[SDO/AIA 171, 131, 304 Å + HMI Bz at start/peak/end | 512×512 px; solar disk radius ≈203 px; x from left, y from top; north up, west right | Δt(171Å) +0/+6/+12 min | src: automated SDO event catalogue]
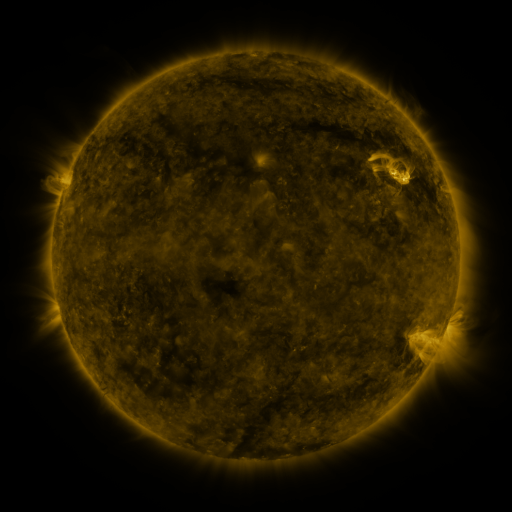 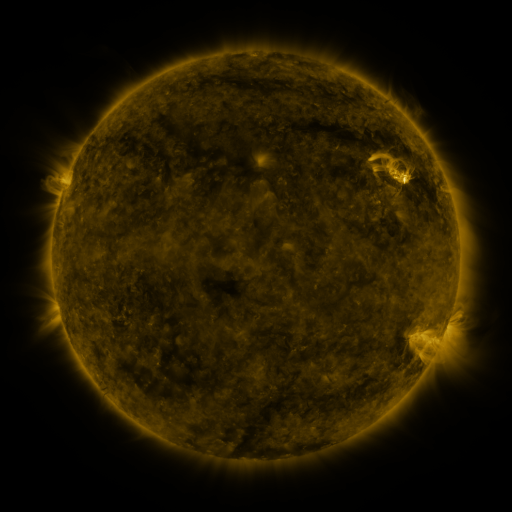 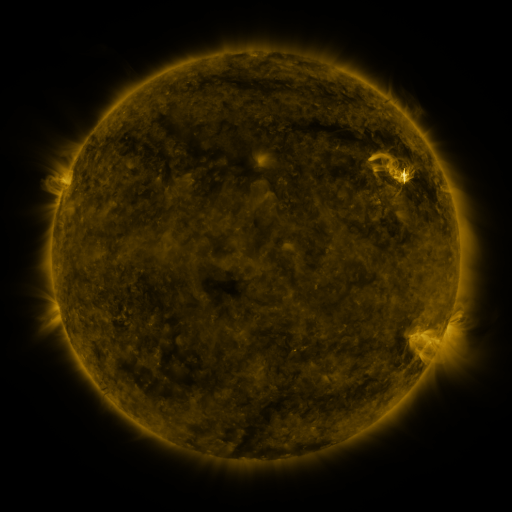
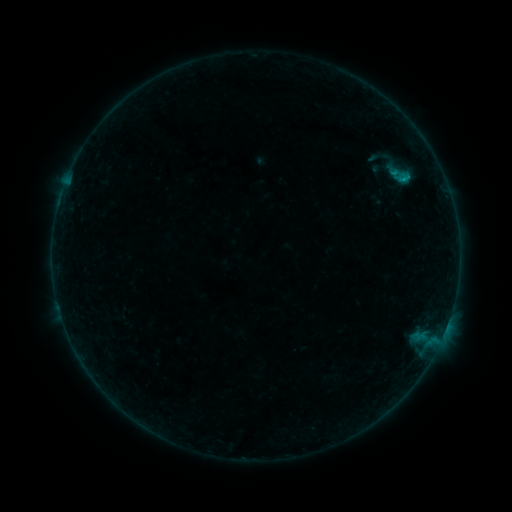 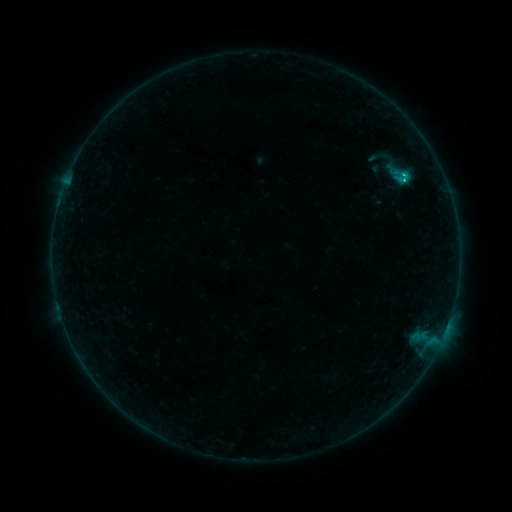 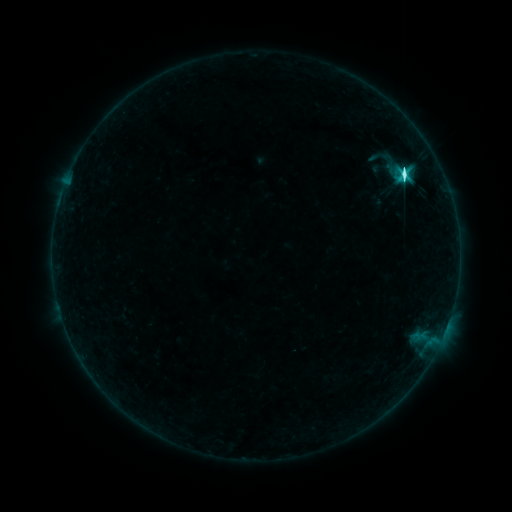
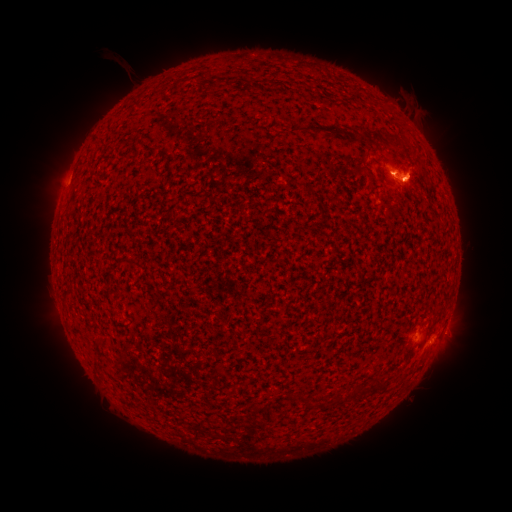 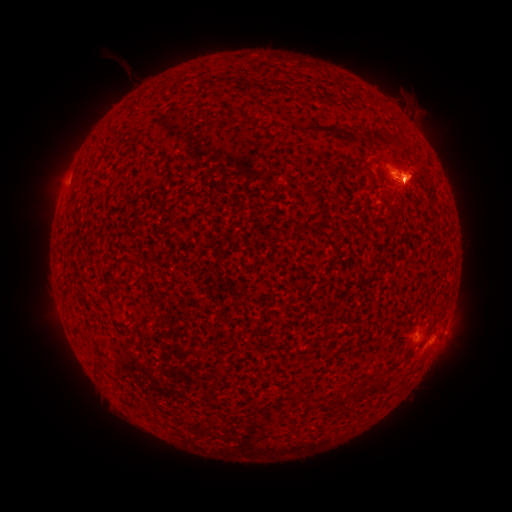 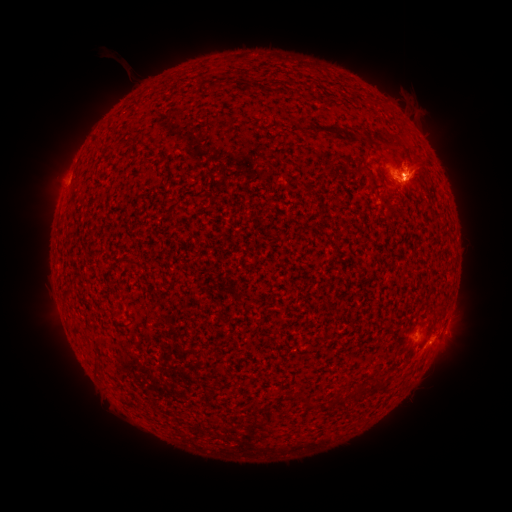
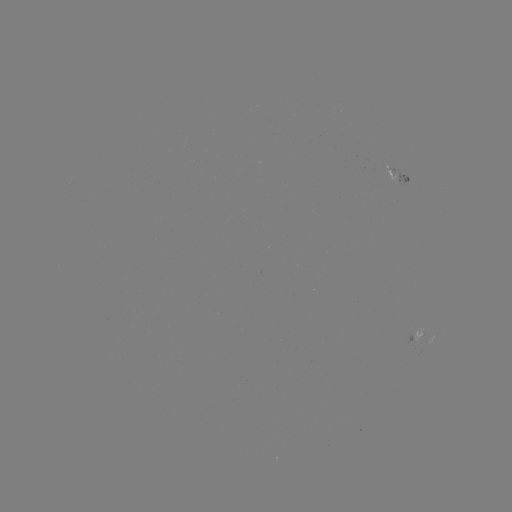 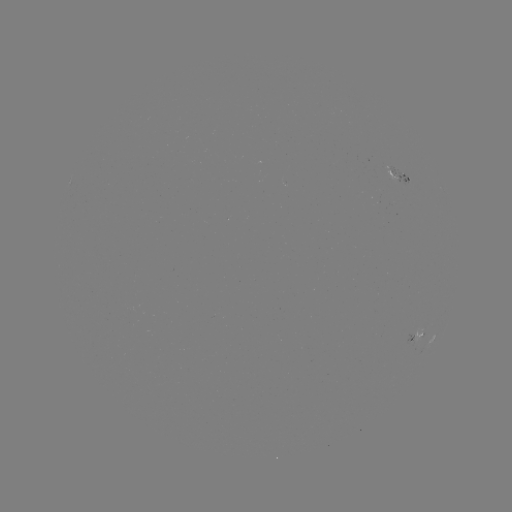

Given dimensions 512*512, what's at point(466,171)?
eruption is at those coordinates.